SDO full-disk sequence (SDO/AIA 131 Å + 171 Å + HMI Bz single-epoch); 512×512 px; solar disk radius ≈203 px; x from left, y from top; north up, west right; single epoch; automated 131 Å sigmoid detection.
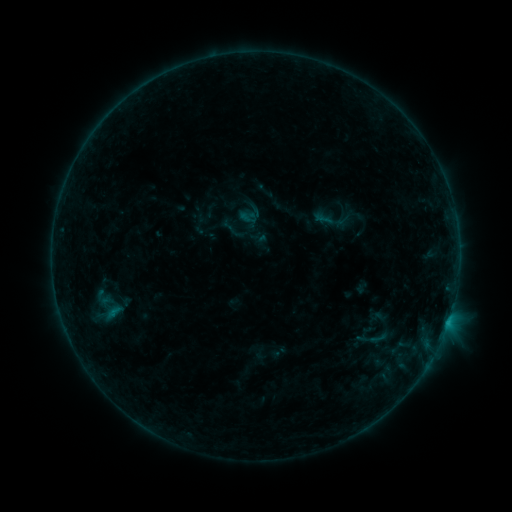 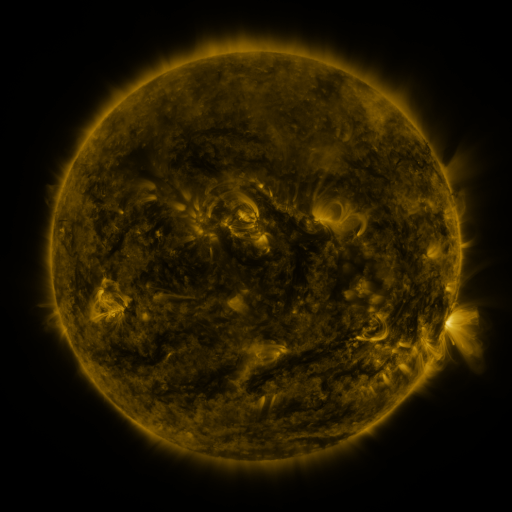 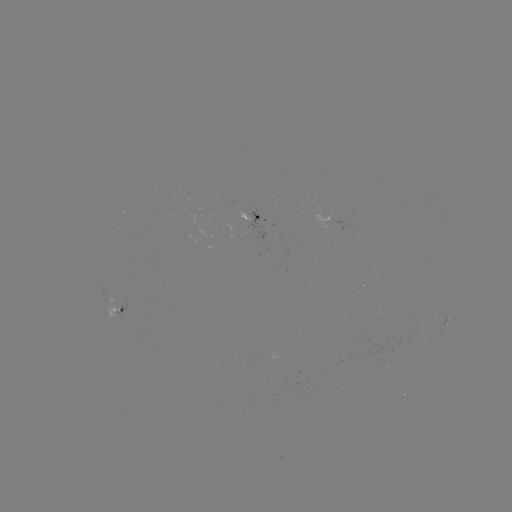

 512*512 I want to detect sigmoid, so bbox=[72, 276, 136, 339].